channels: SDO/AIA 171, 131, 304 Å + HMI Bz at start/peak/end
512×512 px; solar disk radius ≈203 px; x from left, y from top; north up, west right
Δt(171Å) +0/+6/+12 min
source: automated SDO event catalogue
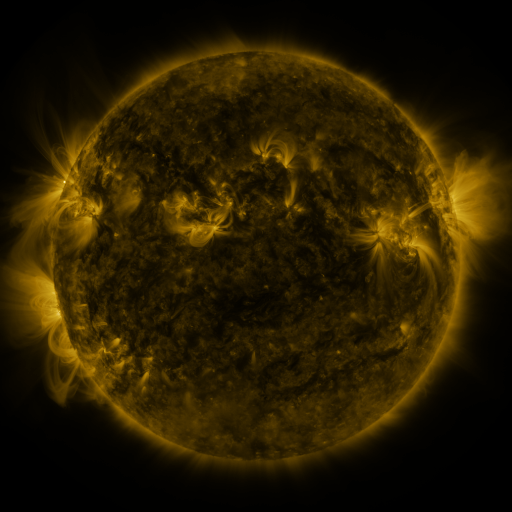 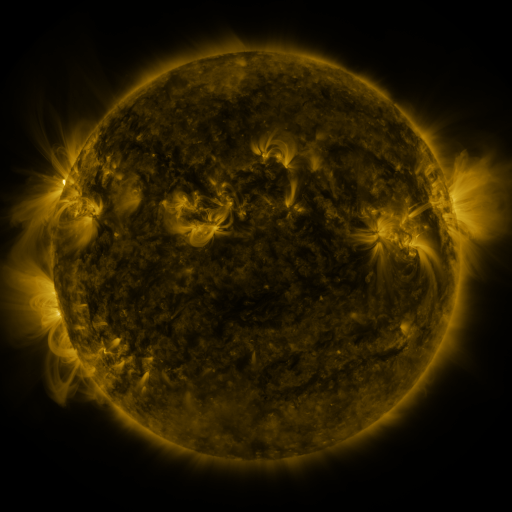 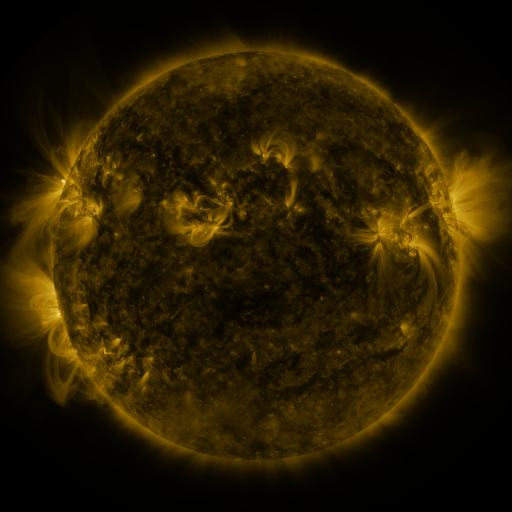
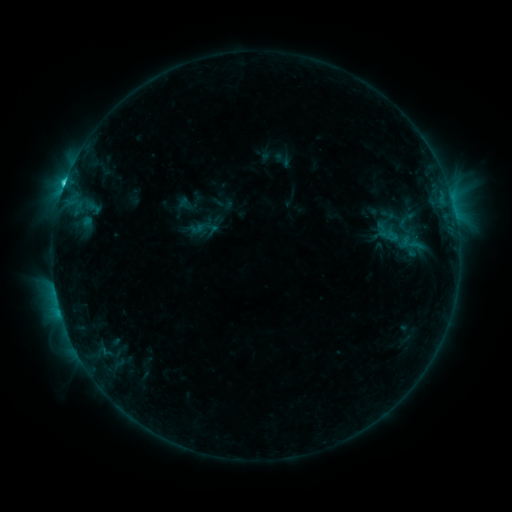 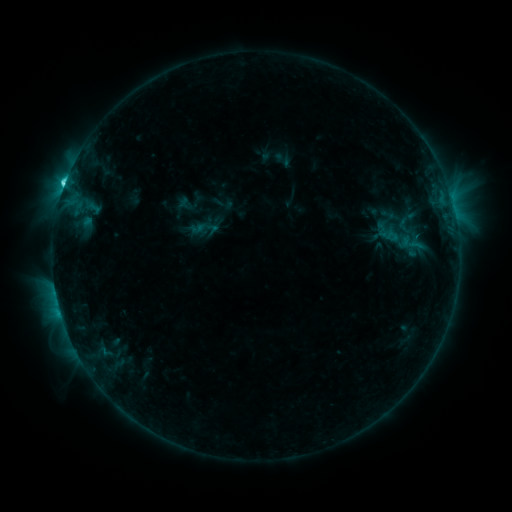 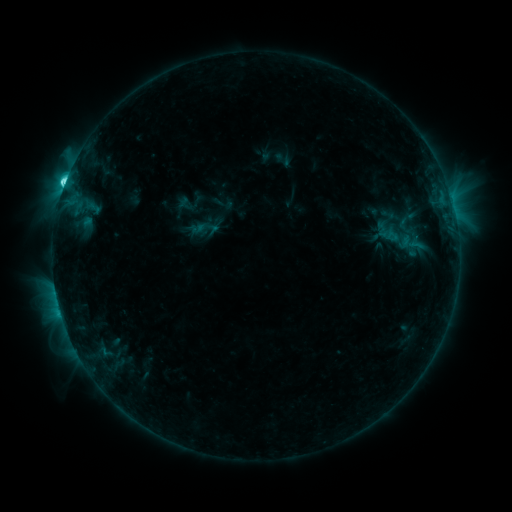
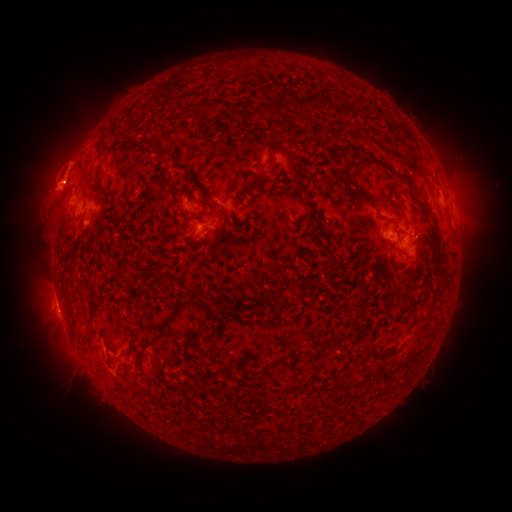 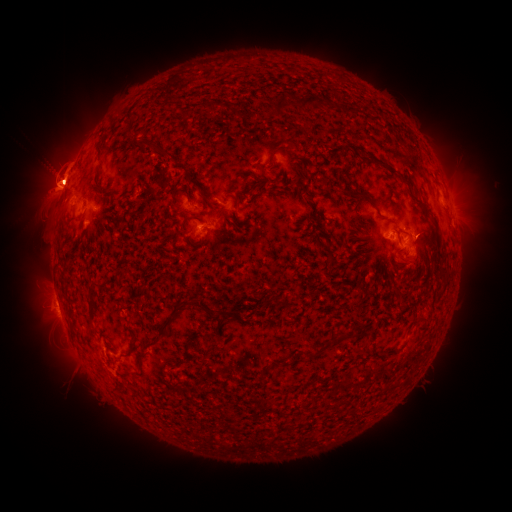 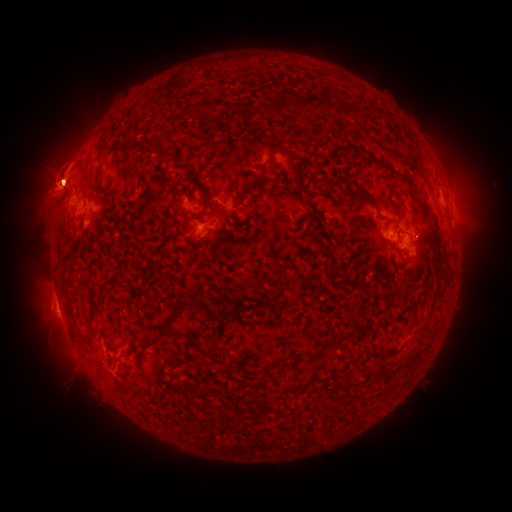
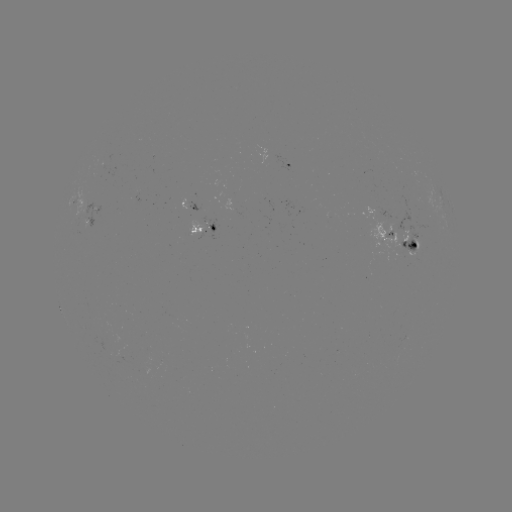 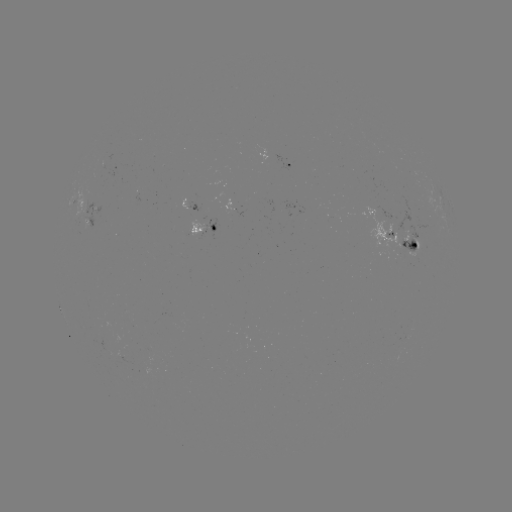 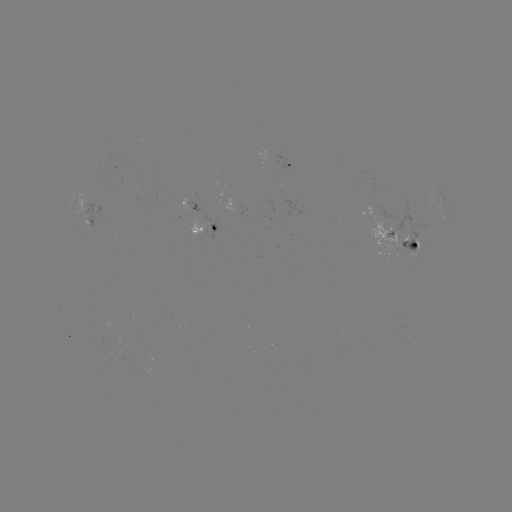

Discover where eruption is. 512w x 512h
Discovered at (58, 181).